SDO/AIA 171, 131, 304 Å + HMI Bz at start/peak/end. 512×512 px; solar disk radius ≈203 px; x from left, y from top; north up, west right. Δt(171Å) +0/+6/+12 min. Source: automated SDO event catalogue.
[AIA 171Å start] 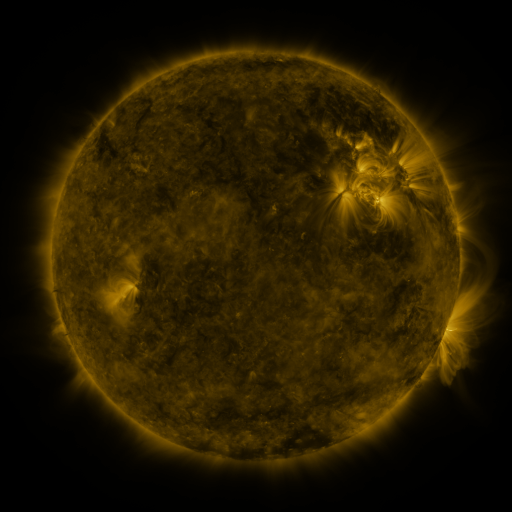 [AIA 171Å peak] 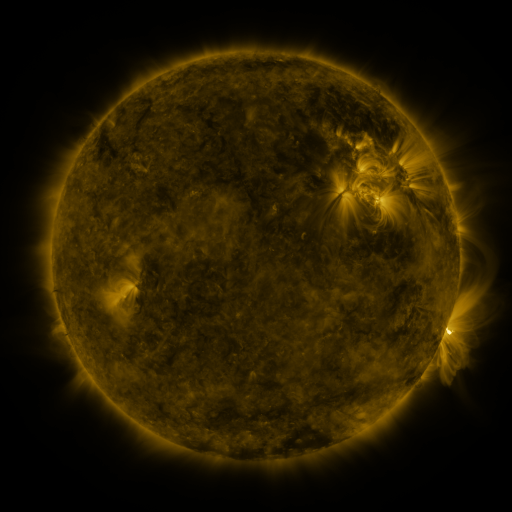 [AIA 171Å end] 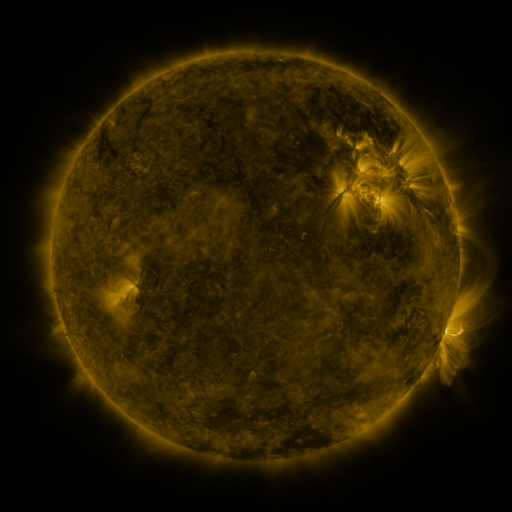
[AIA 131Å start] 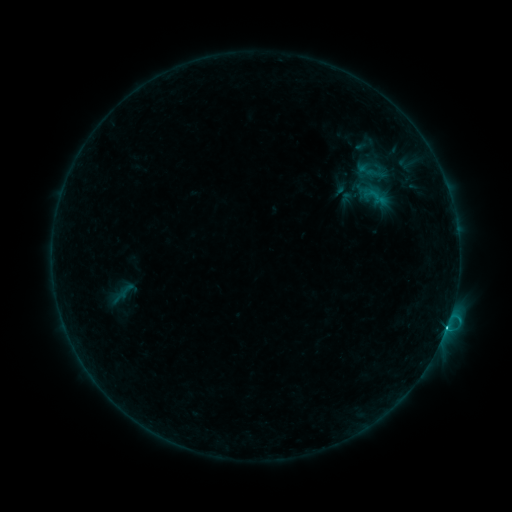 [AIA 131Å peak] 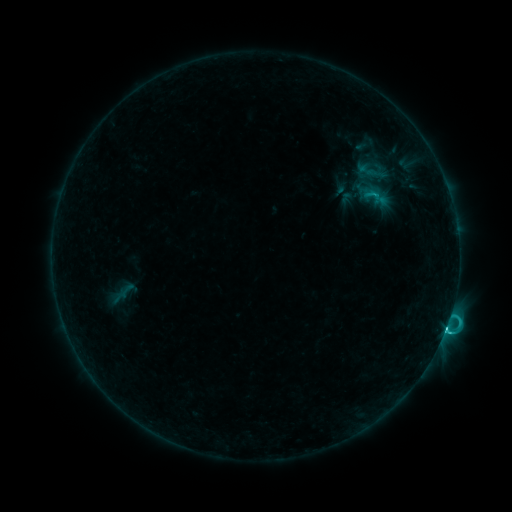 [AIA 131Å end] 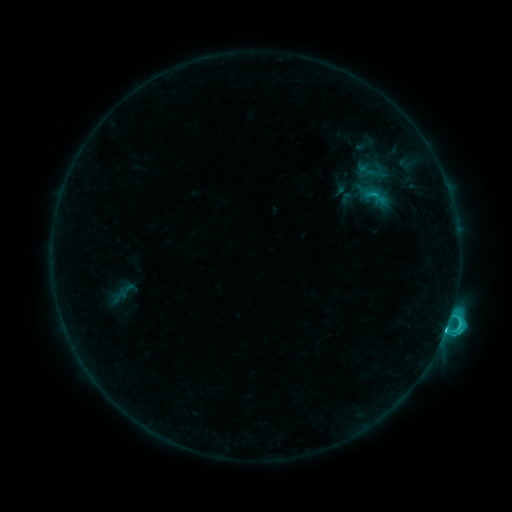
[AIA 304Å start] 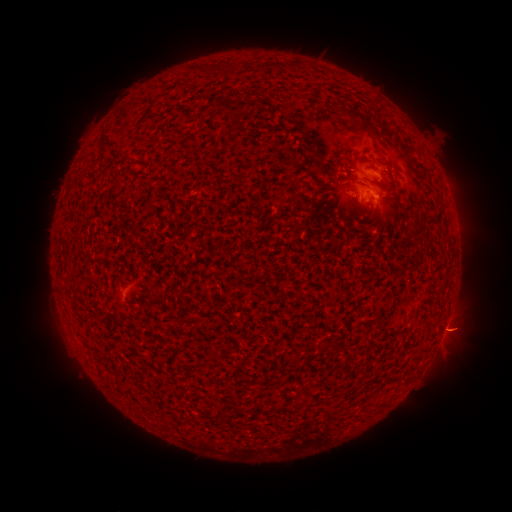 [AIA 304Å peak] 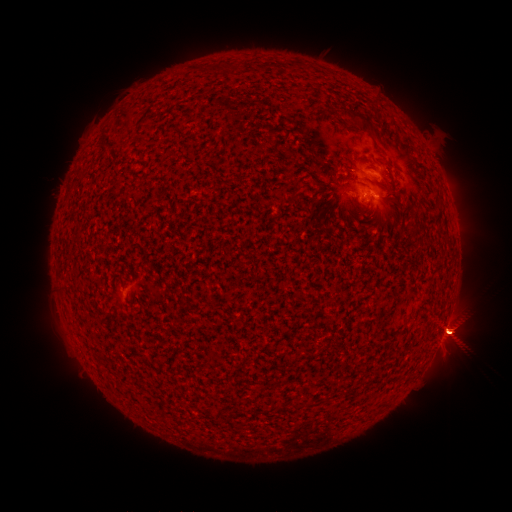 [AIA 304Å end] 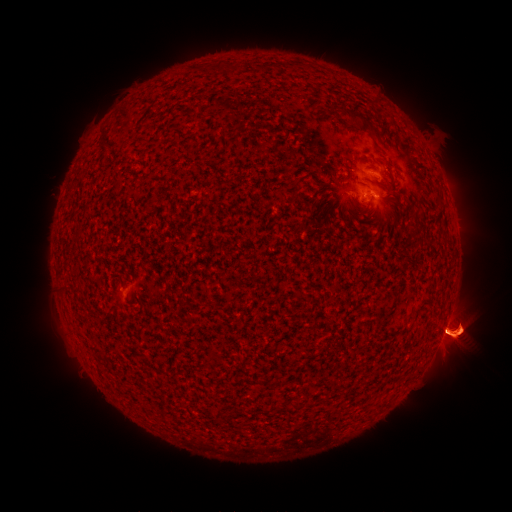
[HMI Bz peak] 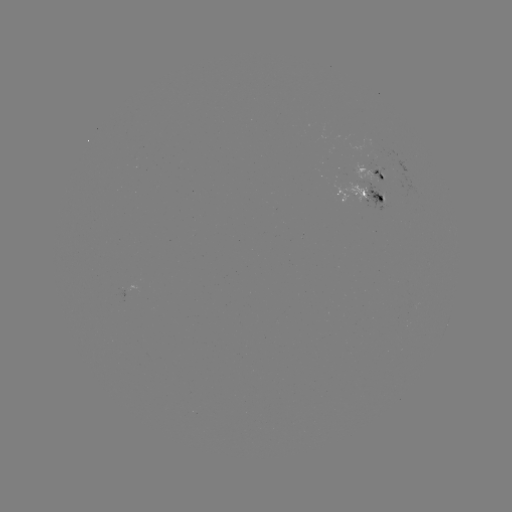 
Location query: C7.8 flare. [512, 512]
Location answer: (445, 327).